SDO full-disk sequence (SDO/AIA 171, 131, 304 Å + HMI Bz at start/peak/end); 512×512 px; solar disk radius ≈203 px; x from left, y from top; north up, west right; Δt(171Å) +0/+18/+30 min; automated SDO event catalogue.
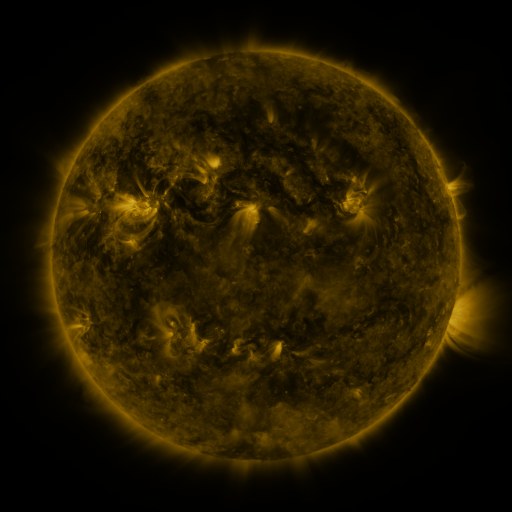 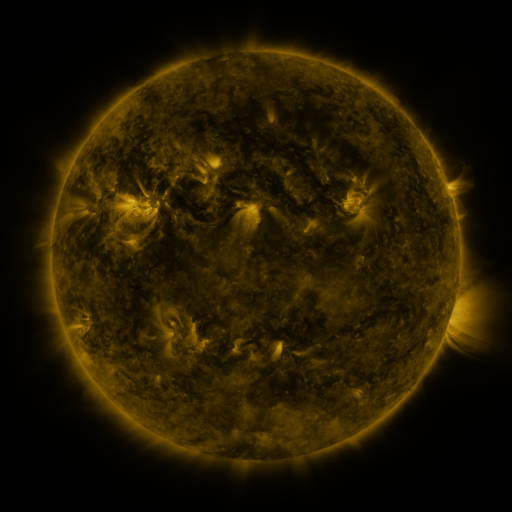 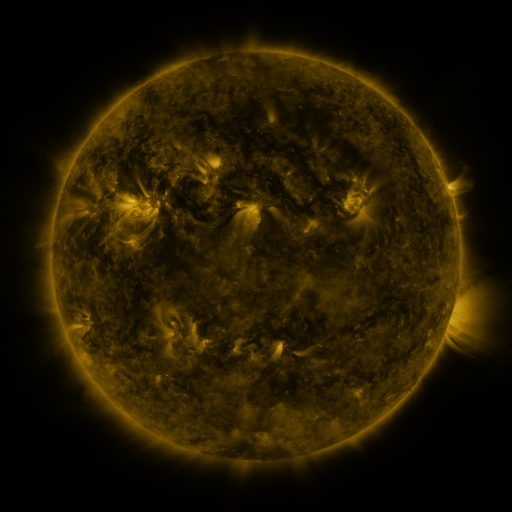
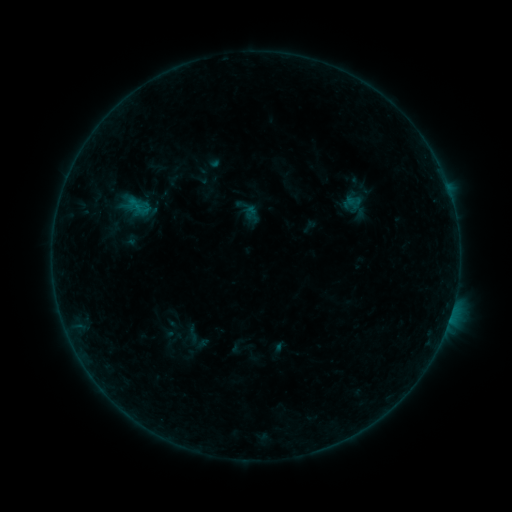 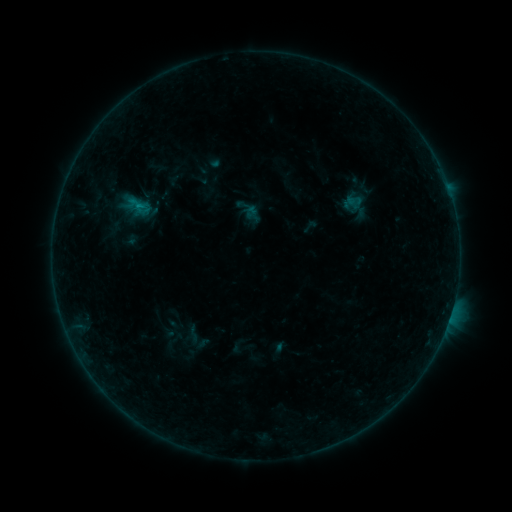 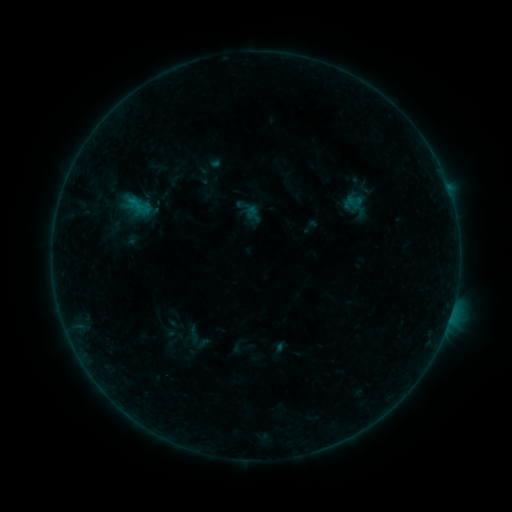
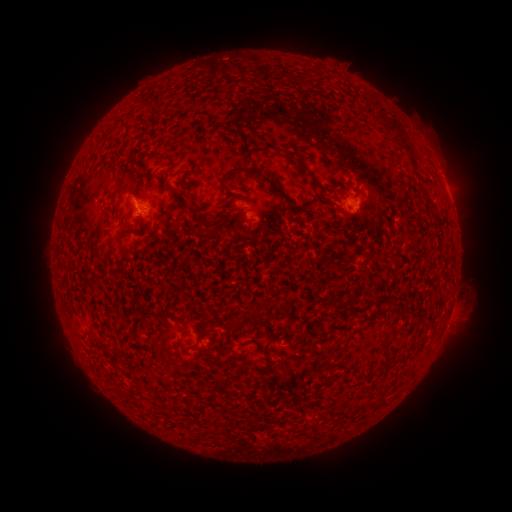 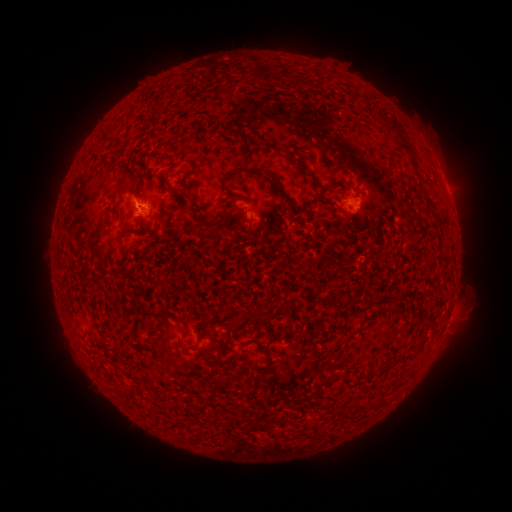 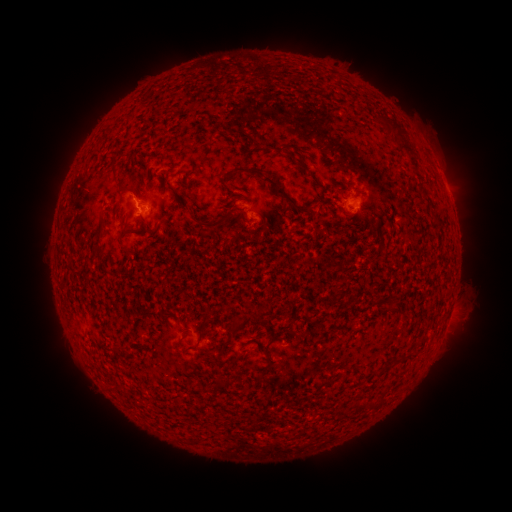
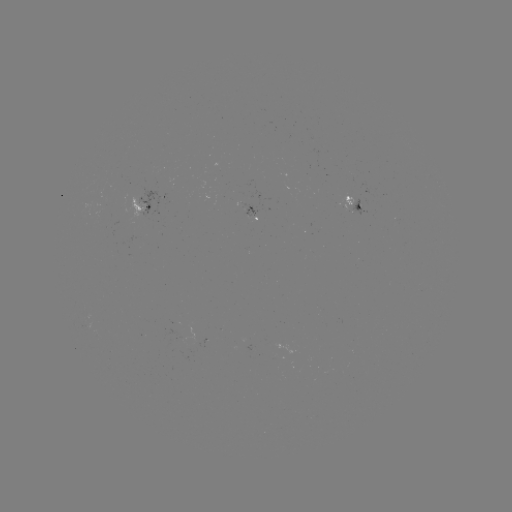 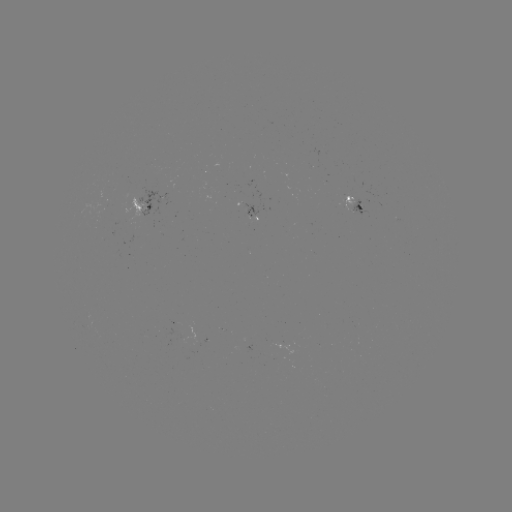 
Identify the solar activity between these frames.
B2.8 flare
